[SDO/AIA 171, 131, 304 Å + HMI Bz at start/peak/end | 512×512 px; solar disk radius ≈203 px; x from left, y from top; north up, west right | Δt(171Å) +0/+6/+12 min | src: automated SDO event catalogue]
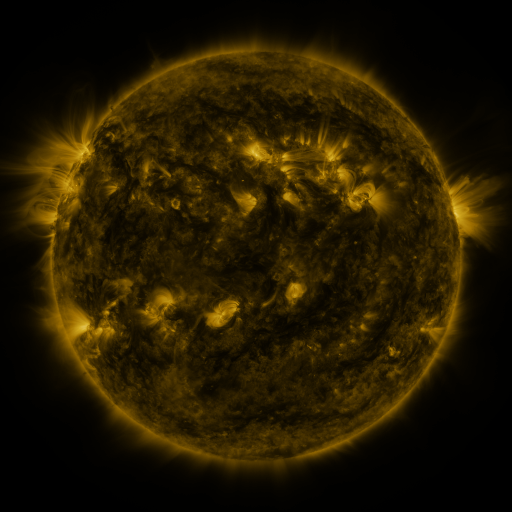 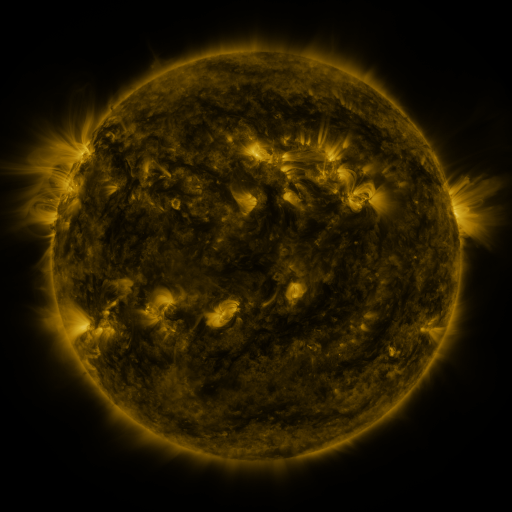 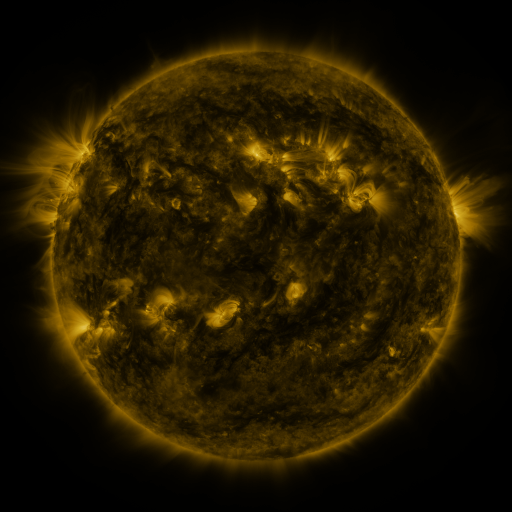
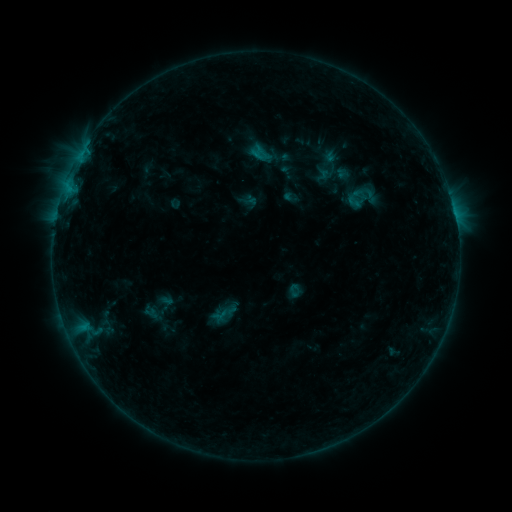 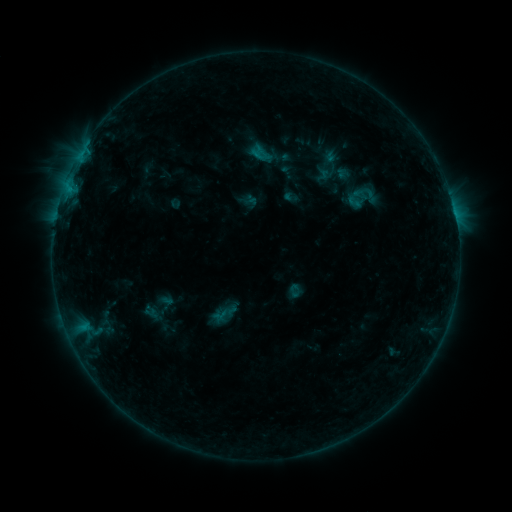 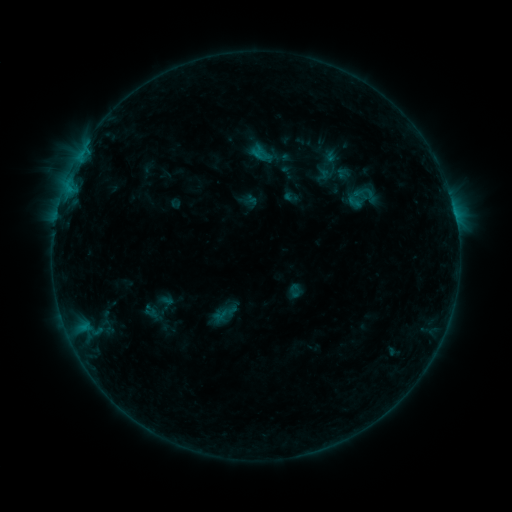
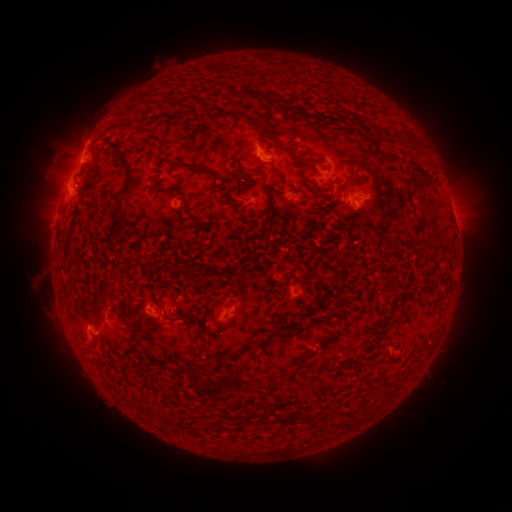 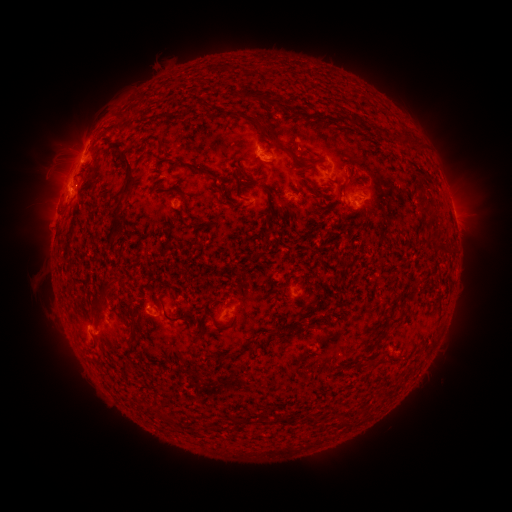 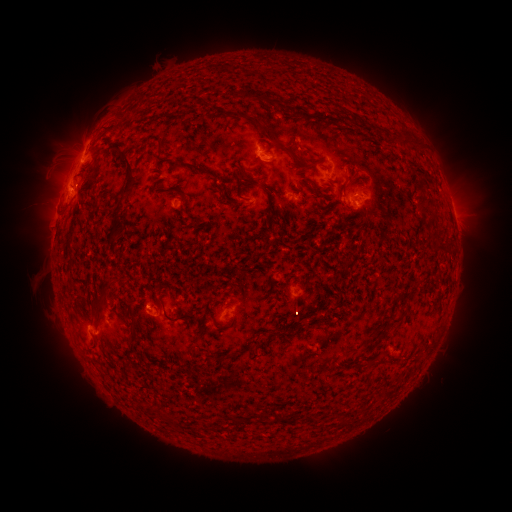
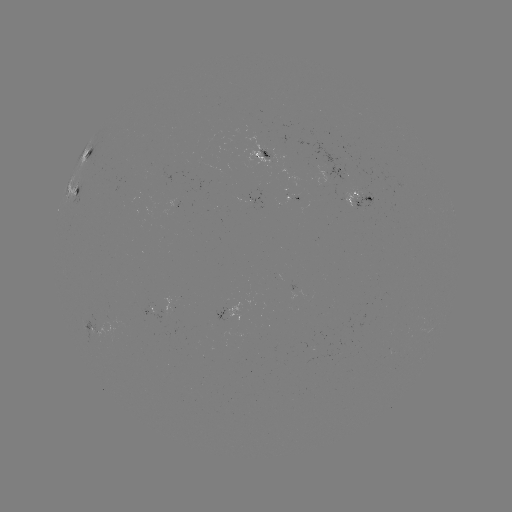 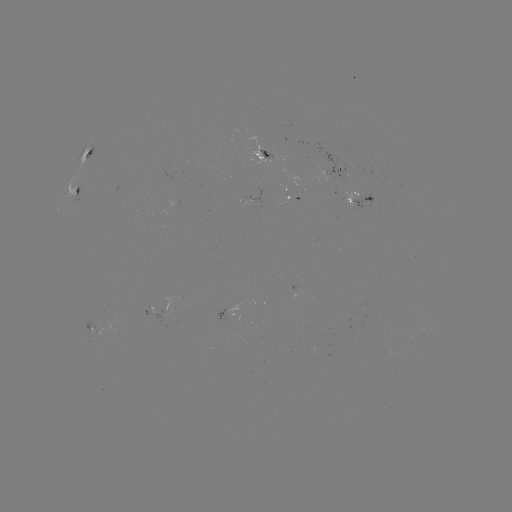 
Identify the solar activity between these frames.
nothing was catalogued: no classed flare, no EUV trigger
